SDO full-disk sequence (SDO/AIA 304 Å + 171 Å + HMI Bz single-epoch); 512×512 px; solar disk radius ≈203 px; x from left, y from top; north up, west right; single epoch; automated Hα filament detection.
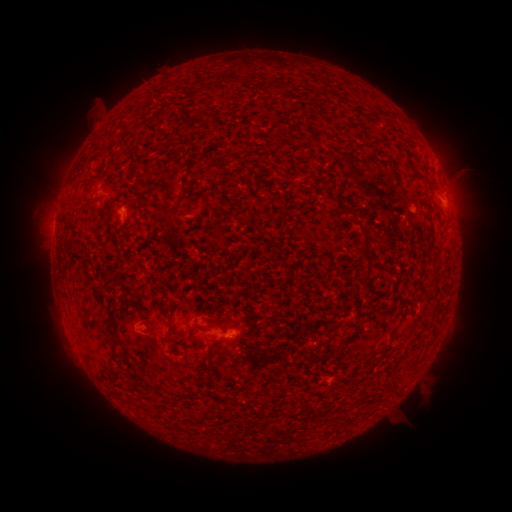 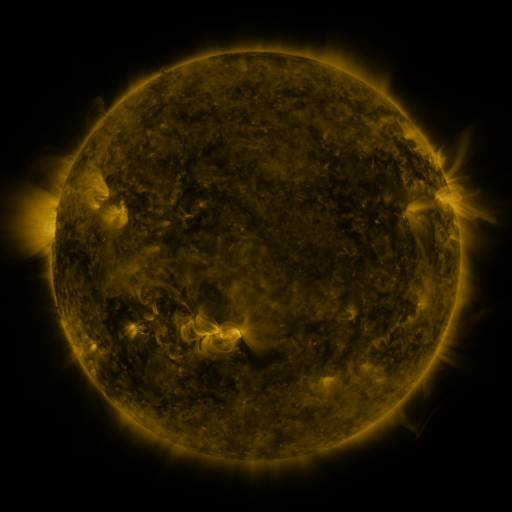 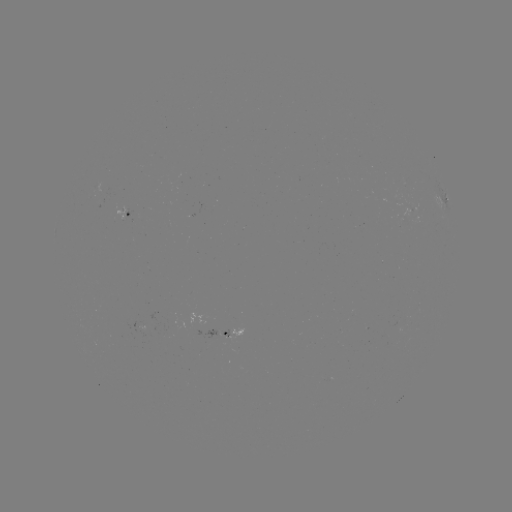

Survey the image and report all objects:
filament: (279, 87)
filament: (219, 160)
filament: (89, 194)
filament: (356, 220)
filament: (365, 259)
filament: (116, 309)
filament: (224, 323)
filament: (168, 331)
filament: (115, 342)
filament: (193, 393)
